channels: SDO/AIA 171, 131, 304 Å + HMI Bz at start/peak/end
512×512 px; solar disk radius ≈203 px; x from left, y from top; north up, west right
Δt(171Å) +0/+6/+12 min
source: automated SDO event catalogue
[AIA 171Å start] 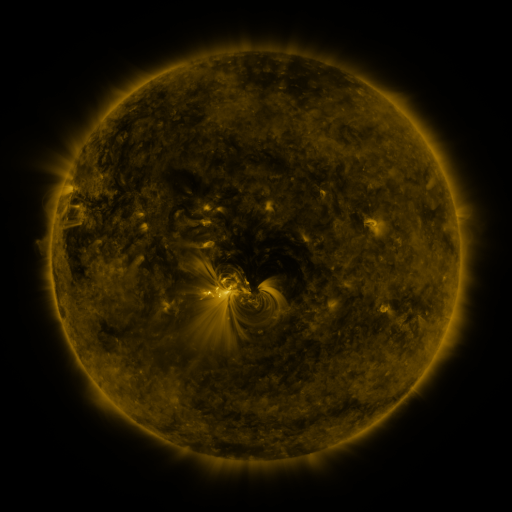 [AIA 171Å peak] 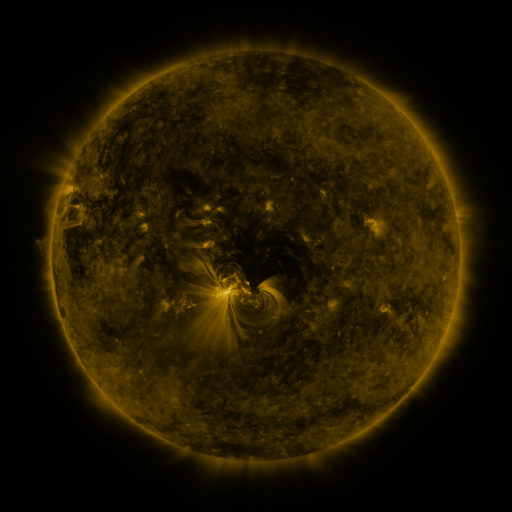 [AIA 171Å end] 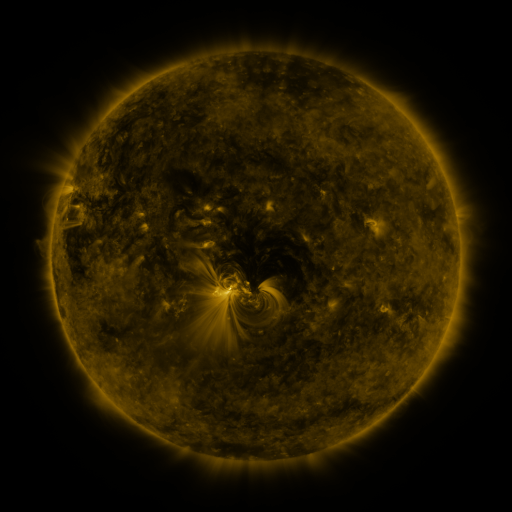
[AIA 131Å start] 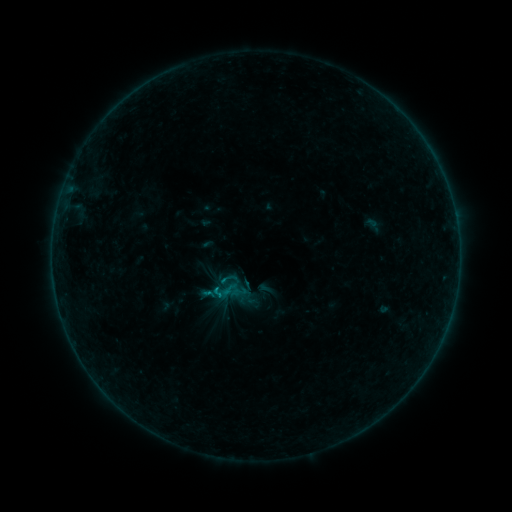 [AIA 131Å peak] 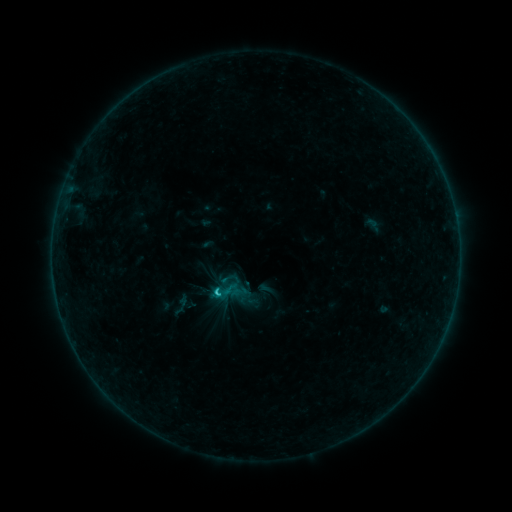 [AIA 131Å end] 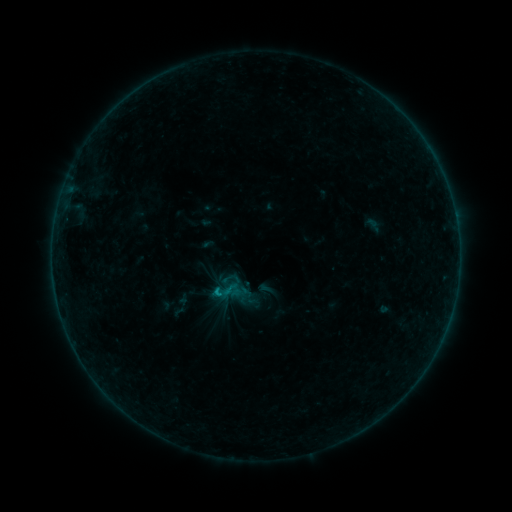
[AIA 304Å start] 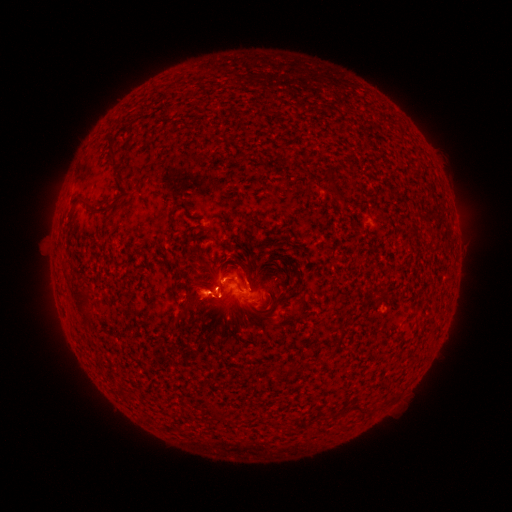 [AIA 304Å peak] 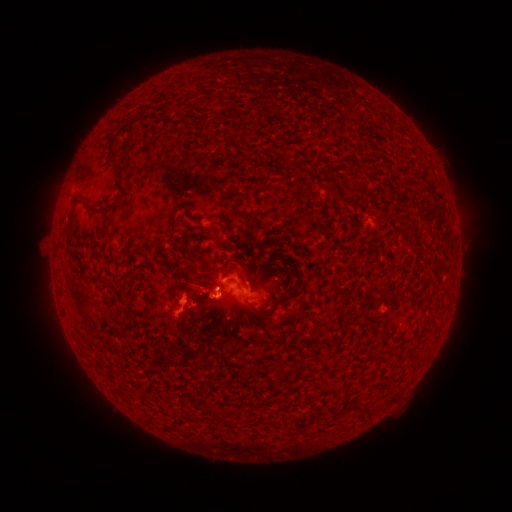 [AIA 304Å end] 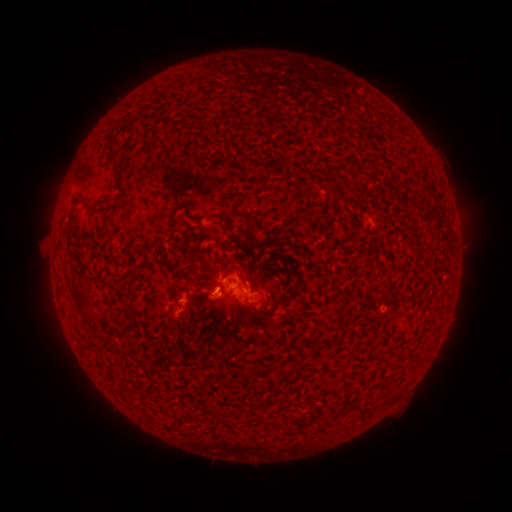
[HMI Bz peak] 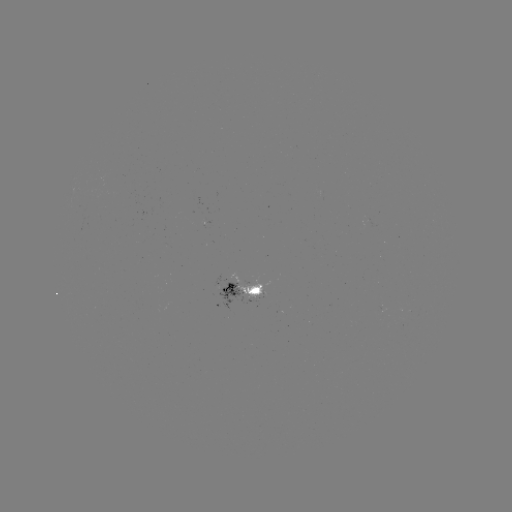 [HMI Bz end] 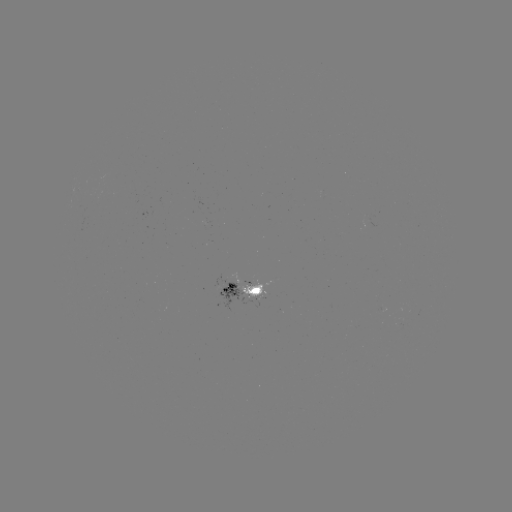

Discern eruption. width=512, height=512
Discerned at (196, 297).